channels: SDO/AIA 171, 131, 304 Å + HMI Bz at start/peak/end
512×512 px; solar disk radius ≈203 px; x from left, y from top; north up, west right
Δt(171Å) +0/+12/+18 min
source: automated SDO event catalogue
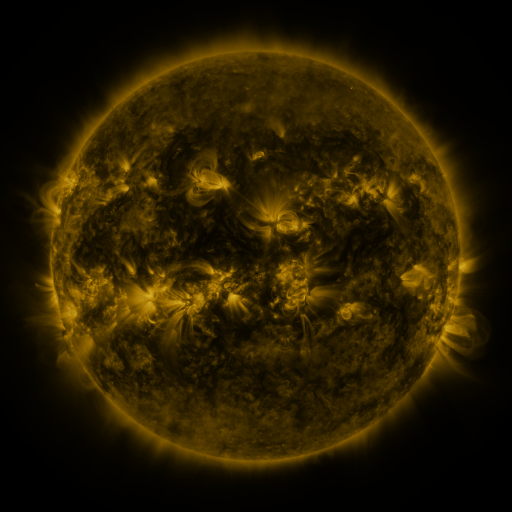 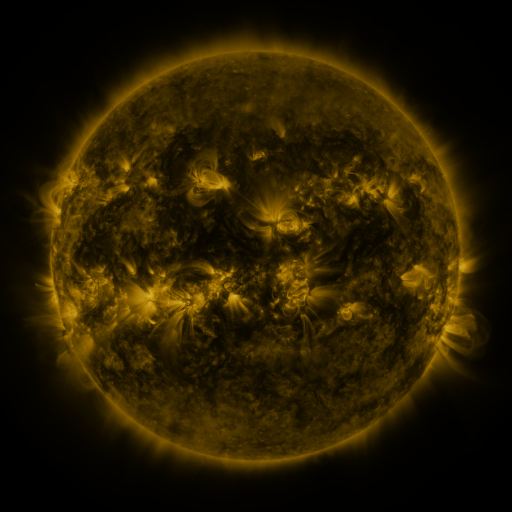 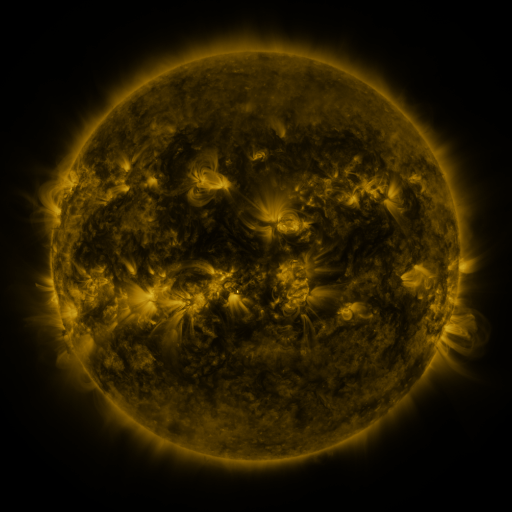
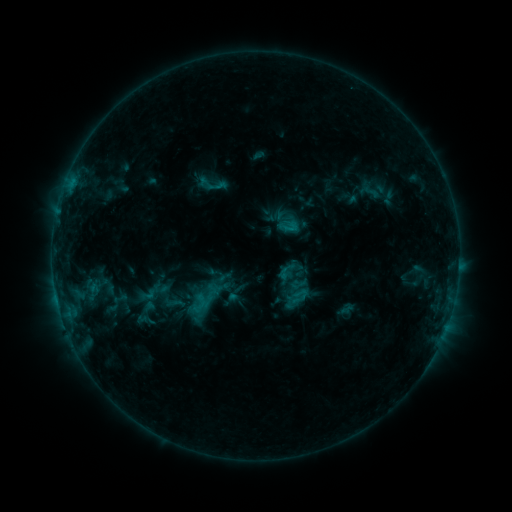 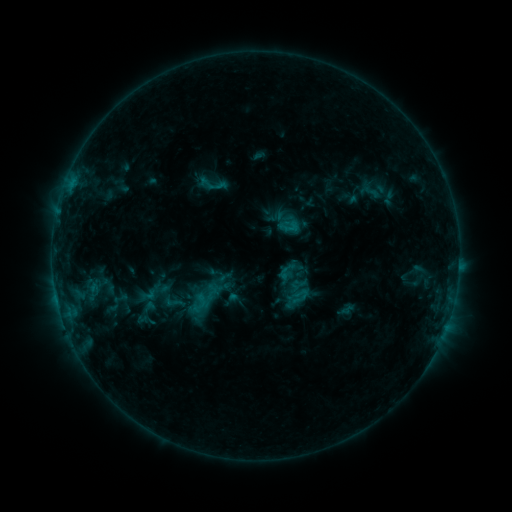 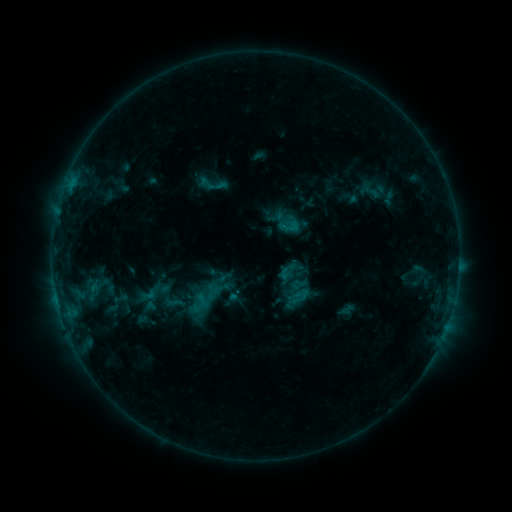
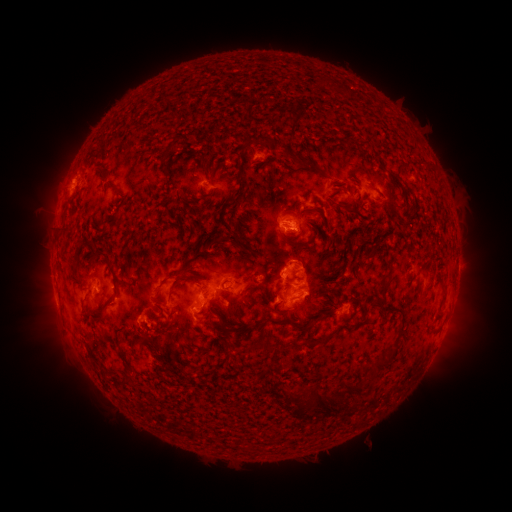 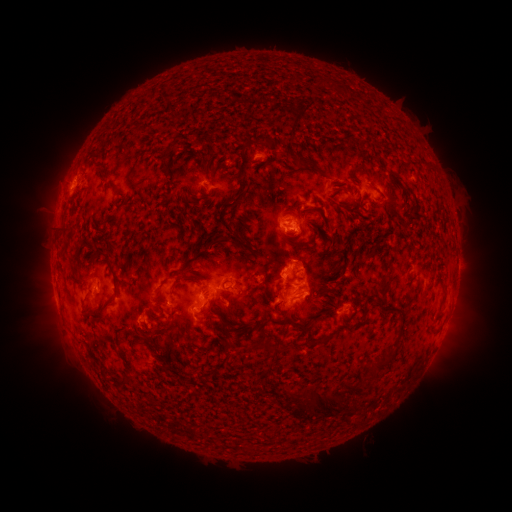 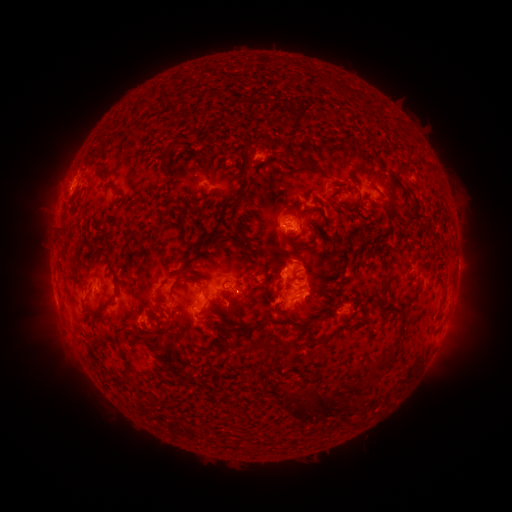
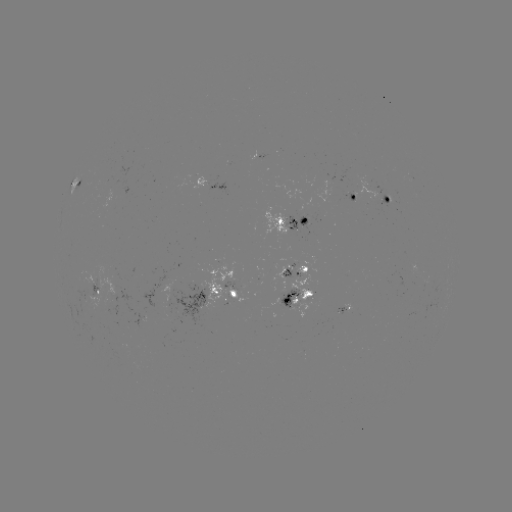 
no flare in any classed list; no EUV-trigger detection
